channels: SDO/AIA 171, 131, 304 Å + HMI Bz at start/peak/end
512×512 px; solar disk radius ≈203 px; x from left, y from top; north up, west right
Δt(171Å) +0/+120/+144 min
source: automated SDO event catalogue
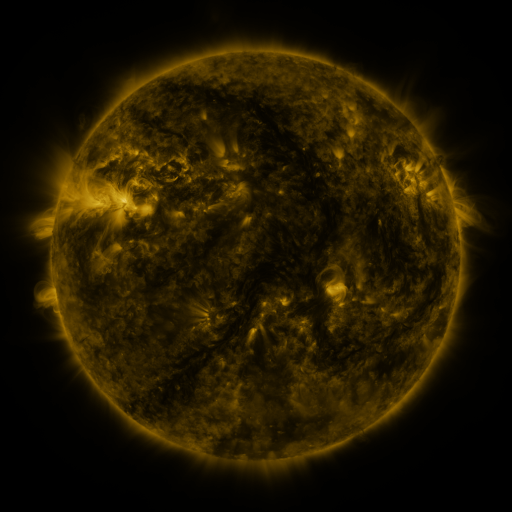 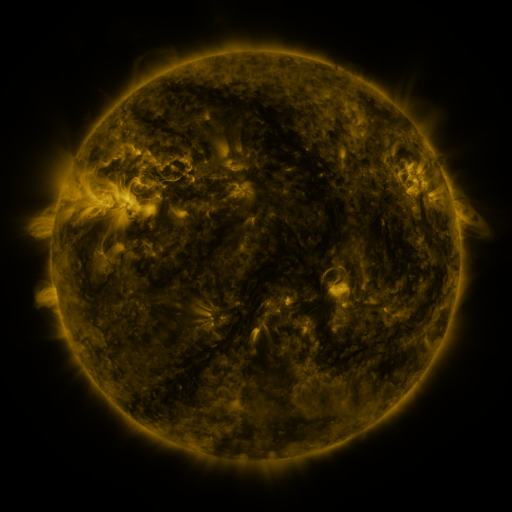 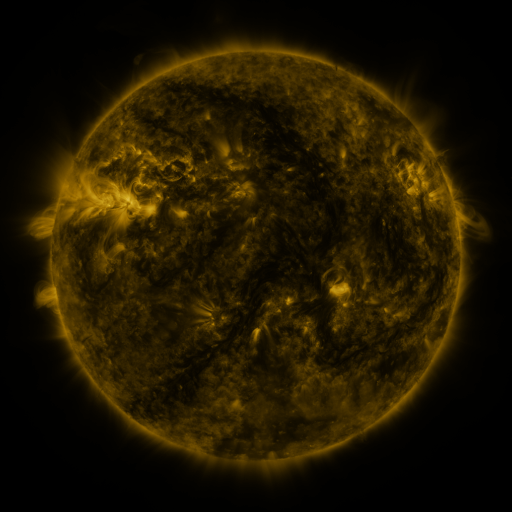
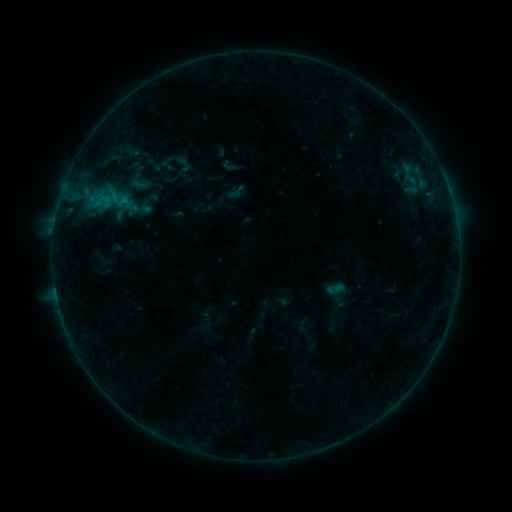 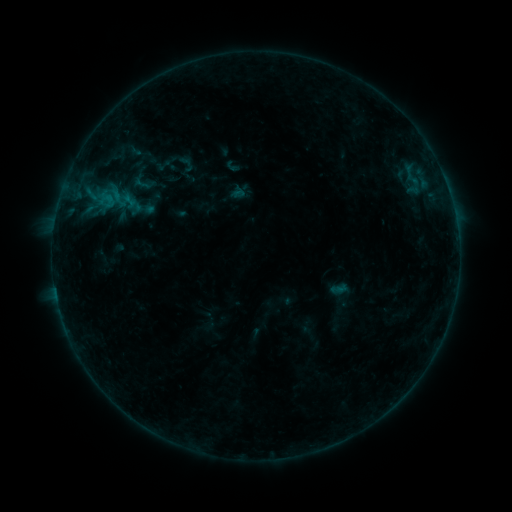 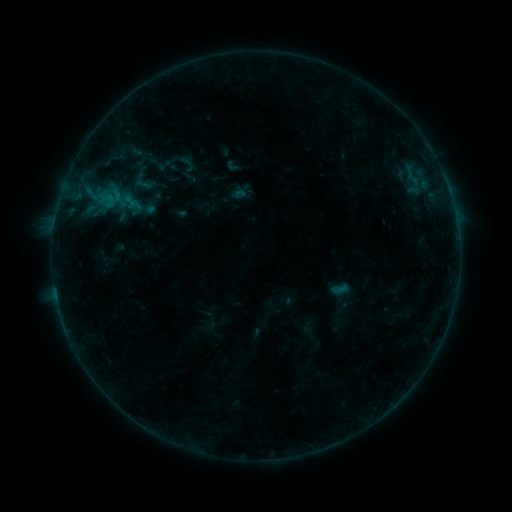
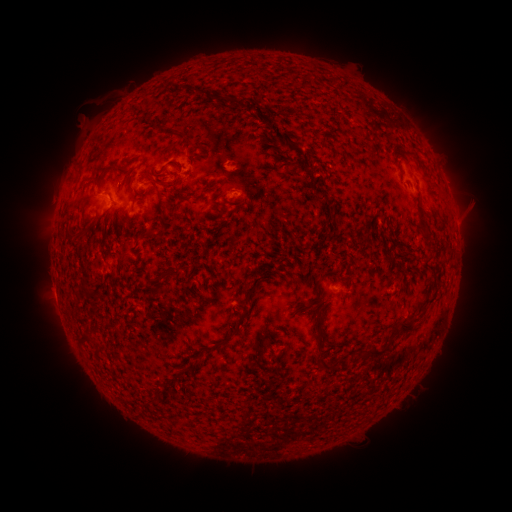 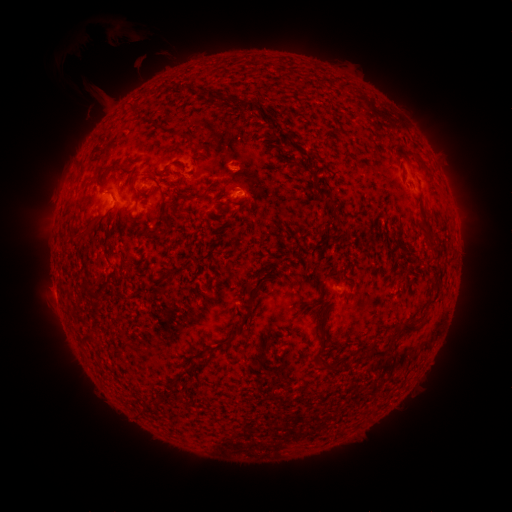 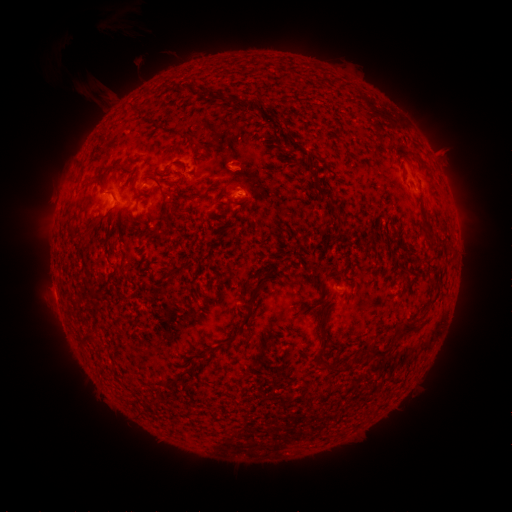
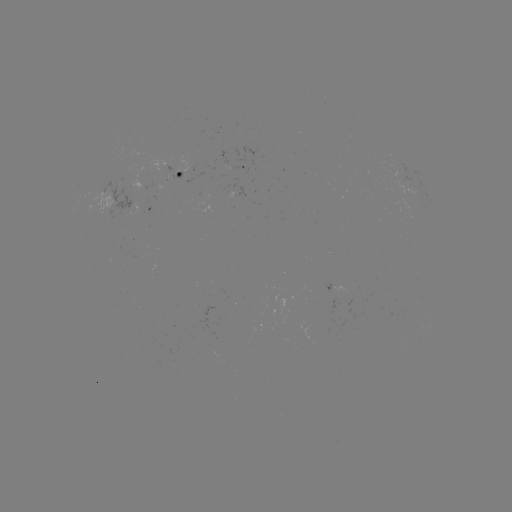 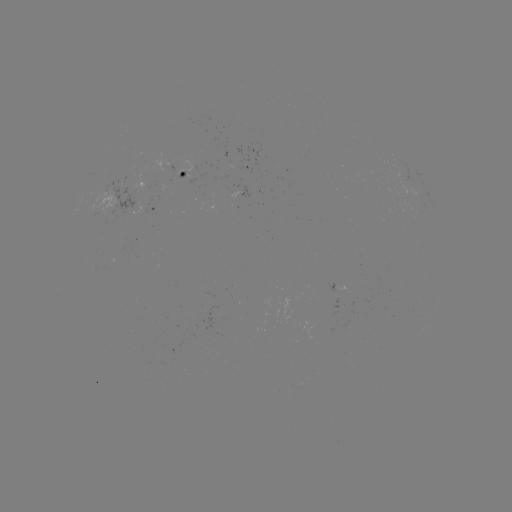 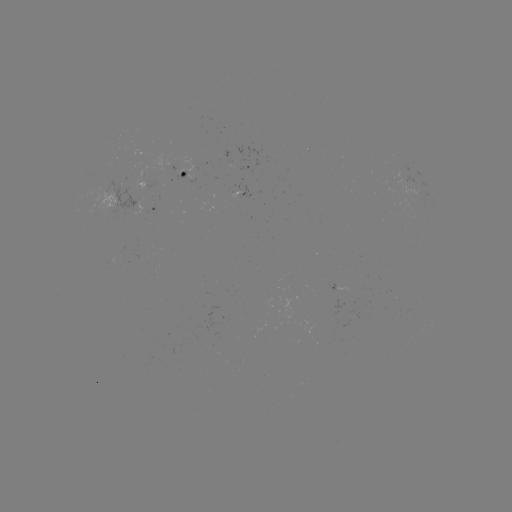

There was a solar emerging-flux region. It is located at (172, 166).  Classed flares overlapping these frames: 1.